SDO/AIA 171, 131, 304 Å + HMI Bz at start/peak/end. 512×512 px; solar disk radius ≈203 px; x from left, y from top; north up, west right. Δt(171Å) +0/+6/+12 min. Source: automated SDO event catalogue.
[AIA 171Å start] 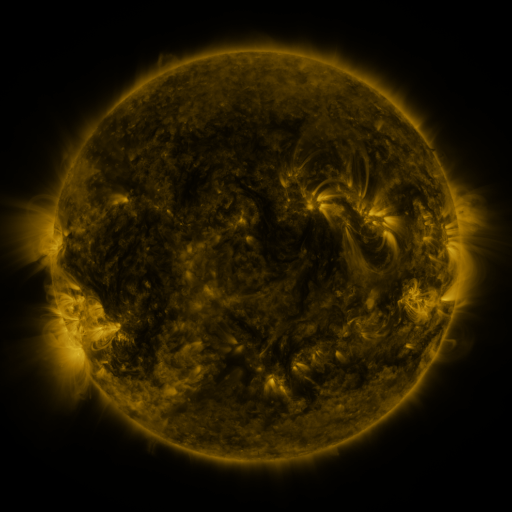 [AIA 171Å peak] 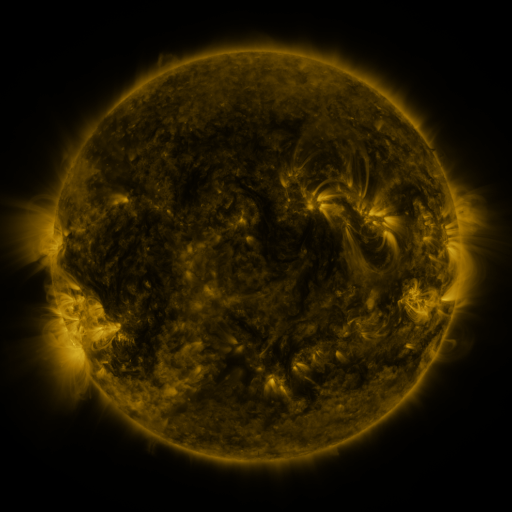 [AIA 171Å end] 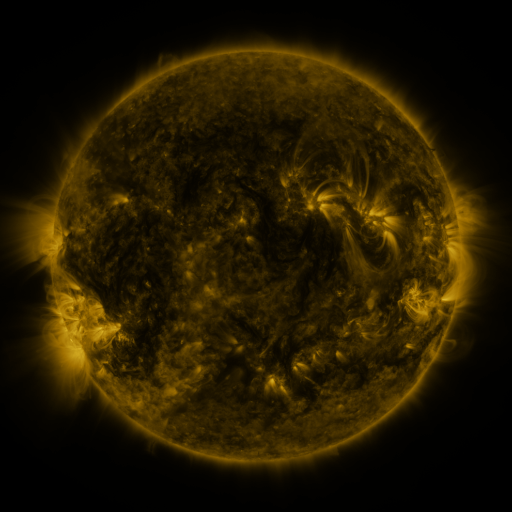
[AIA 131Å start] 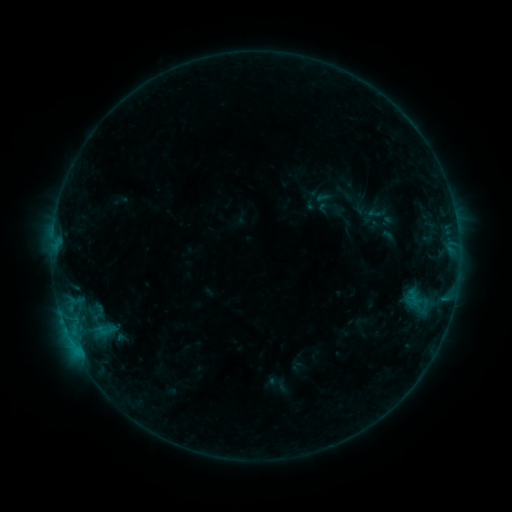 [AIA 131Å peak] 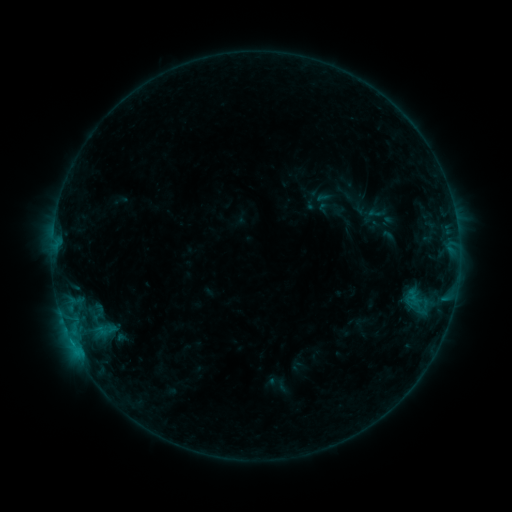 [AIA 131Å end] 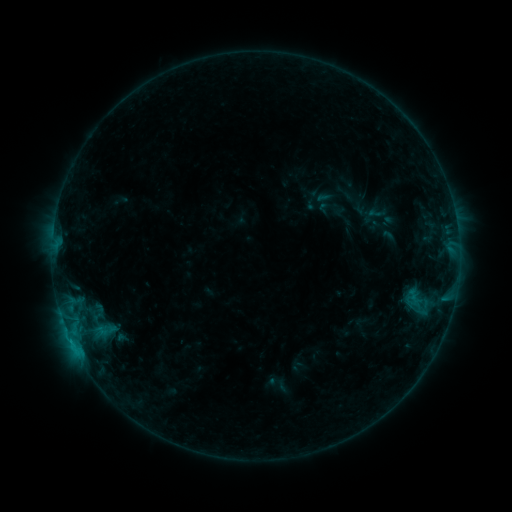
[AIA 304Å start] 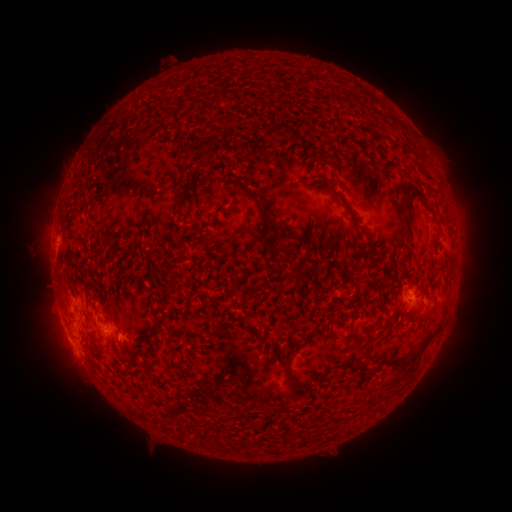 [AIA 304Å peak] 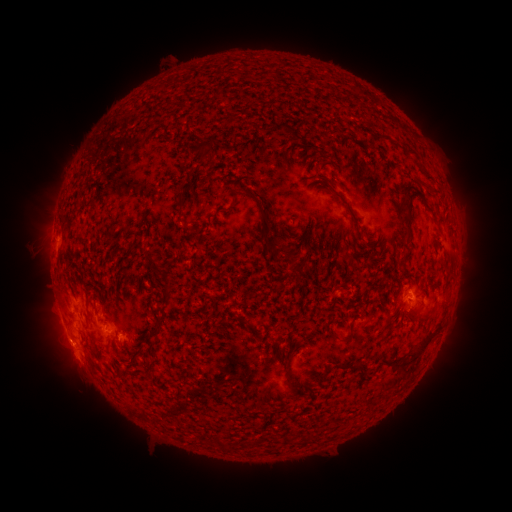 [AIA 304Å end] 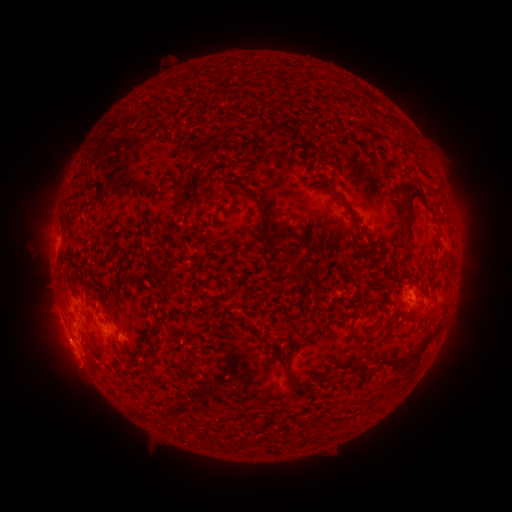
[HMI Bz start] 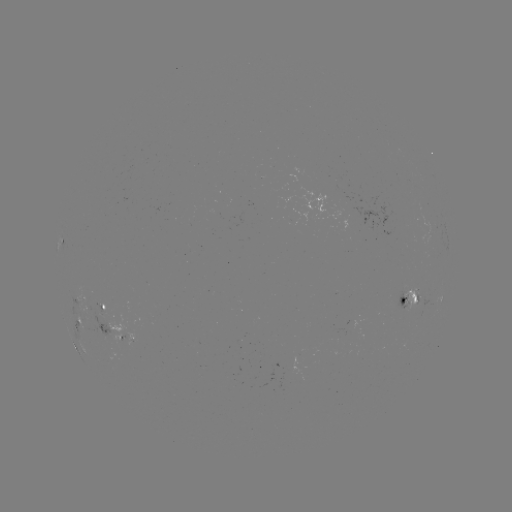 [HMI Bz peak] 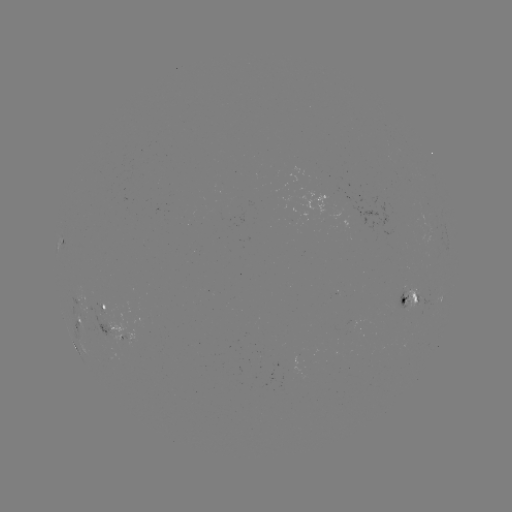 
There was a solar flare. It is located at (71, 341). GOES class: B7.1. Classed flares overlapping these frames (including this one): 1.